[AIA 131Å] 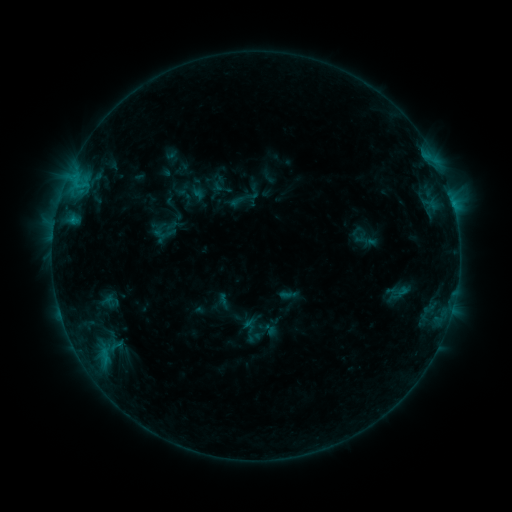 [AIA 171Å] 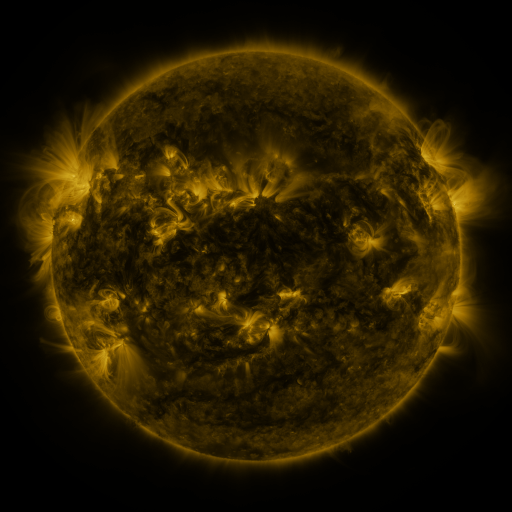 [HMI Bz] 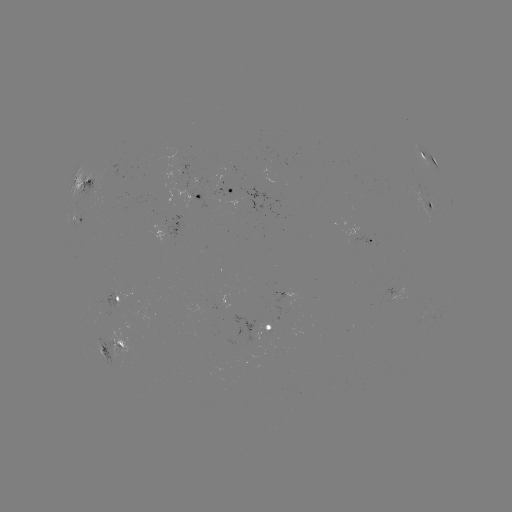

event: sigmoid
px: (160, 230)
